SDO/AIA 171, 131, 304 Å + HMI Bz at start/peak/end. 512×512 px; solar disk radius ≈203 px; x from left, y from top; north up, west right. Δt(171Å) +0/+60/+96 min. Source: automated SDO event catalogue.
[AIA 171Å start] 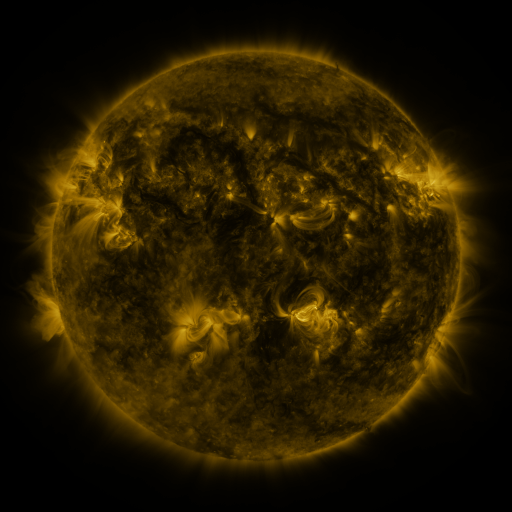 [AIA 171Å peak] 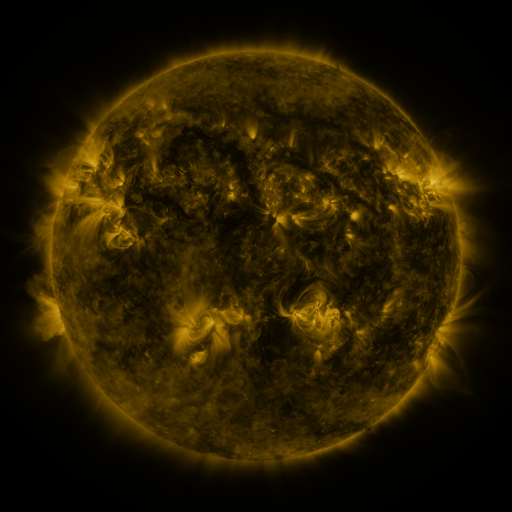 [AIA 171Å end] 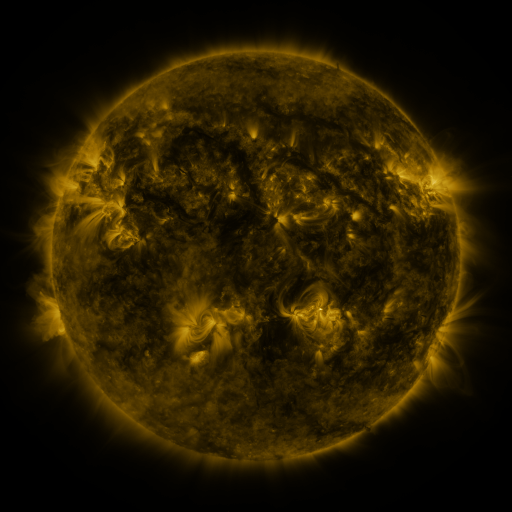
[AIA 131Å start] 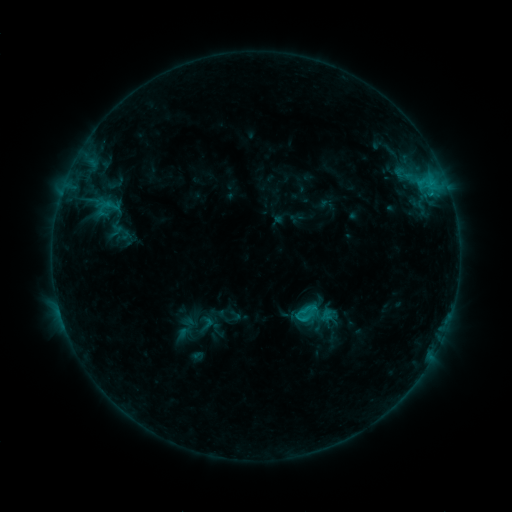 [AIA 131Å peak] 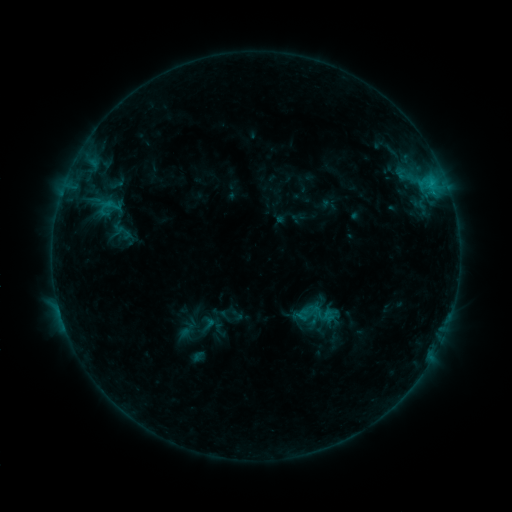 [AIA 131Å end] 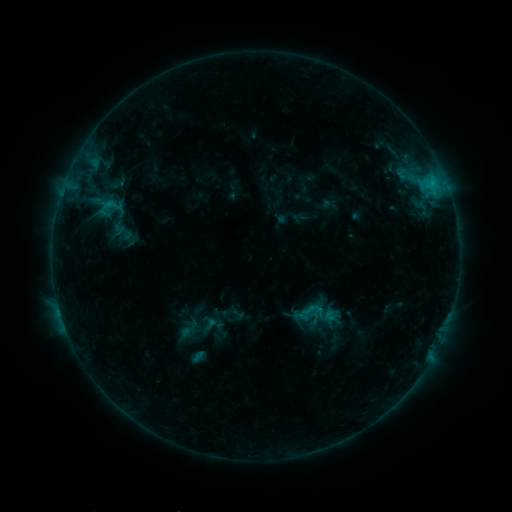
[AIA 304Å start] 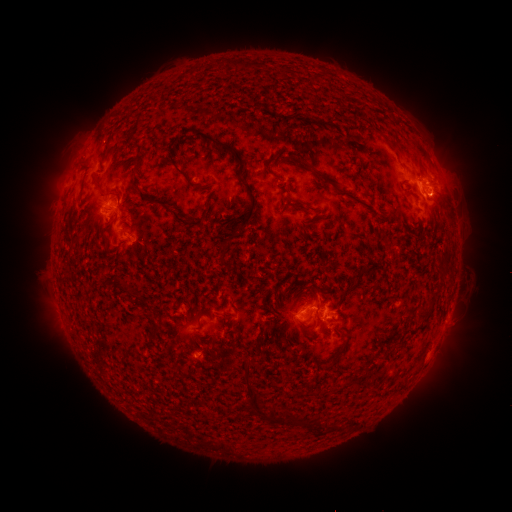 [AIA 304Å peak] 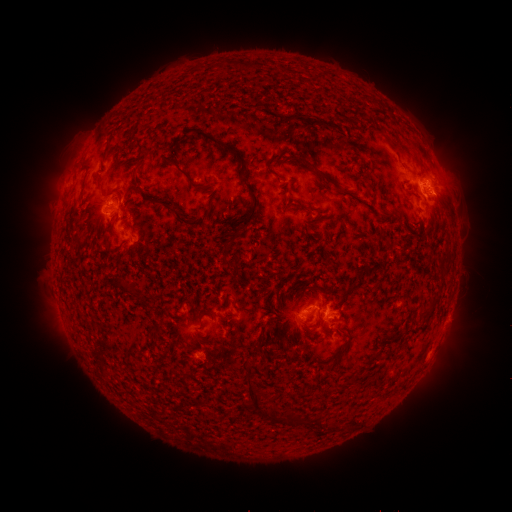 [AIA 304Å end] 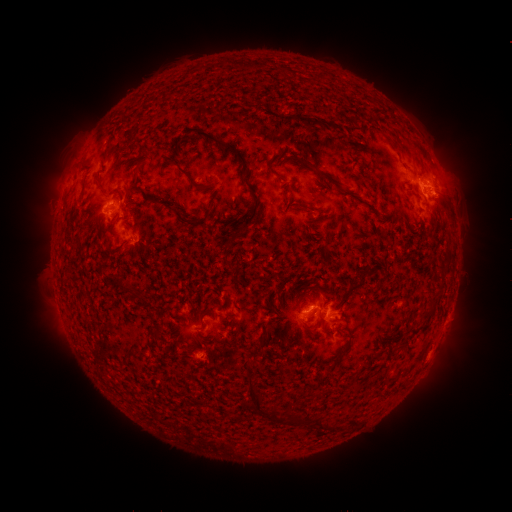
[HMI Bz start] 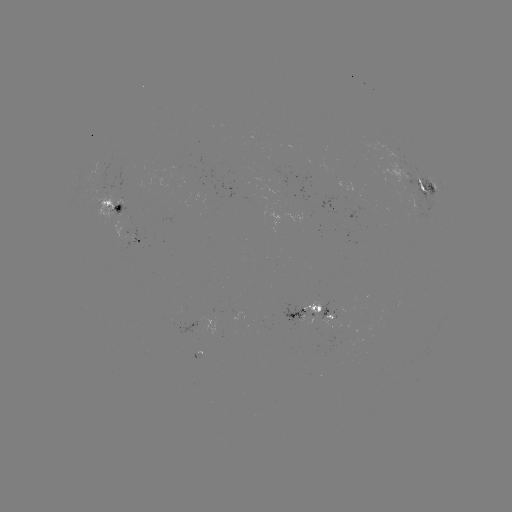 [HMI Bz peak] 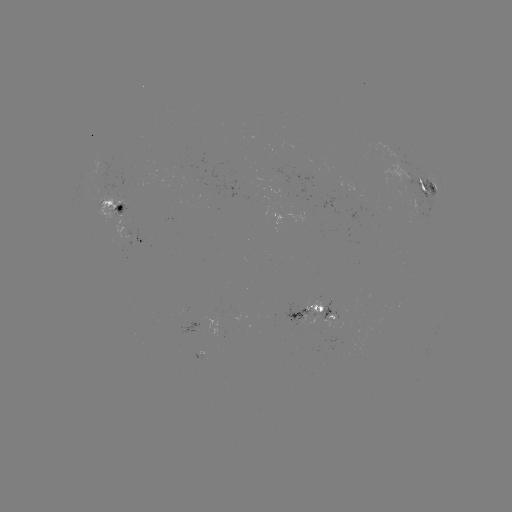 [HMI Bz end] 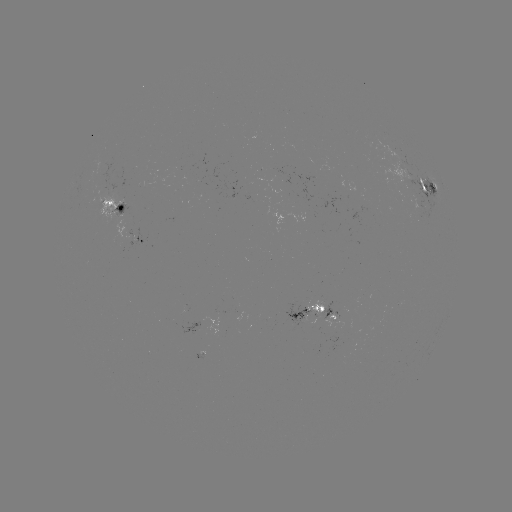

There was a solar emerging-flux region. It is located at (355, 212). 